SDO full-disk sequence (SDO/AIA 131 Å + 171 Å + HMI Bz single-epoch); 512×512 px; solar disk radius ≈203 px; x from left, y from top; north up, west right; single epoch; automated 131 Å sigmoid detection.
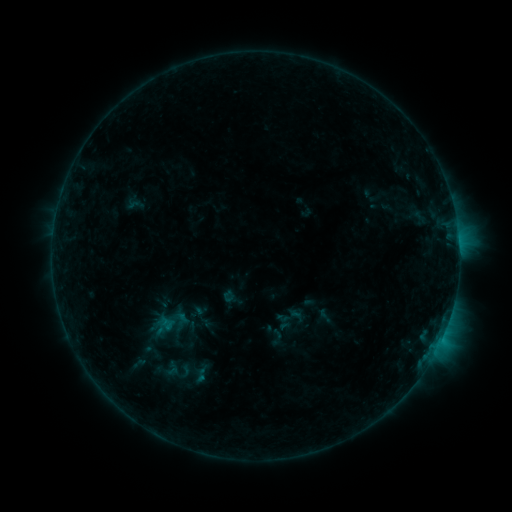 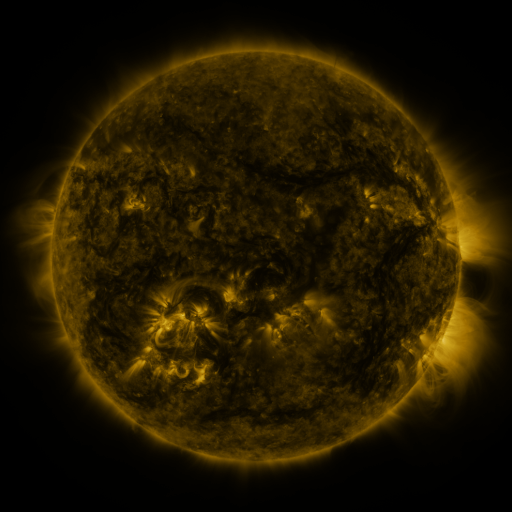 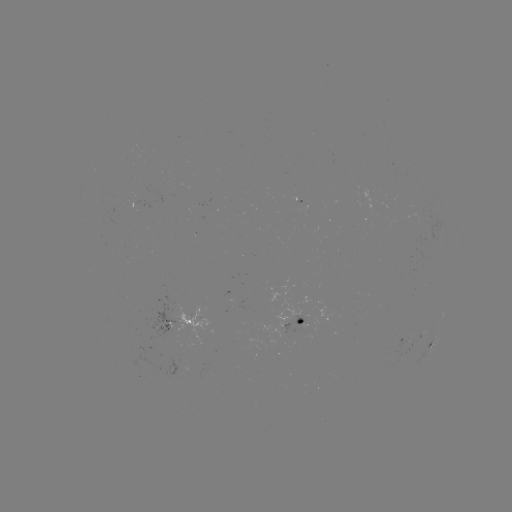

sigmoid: [154, 358, 188, 380]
